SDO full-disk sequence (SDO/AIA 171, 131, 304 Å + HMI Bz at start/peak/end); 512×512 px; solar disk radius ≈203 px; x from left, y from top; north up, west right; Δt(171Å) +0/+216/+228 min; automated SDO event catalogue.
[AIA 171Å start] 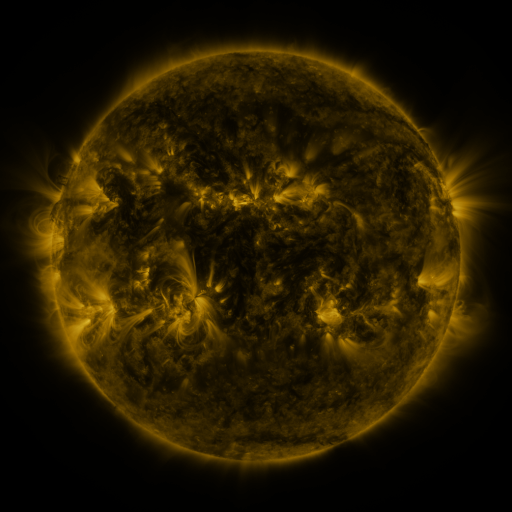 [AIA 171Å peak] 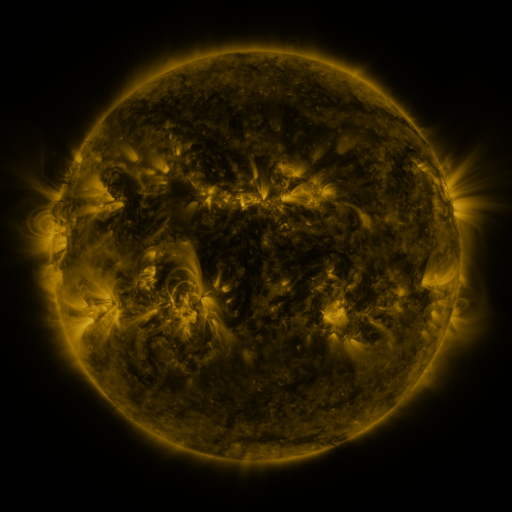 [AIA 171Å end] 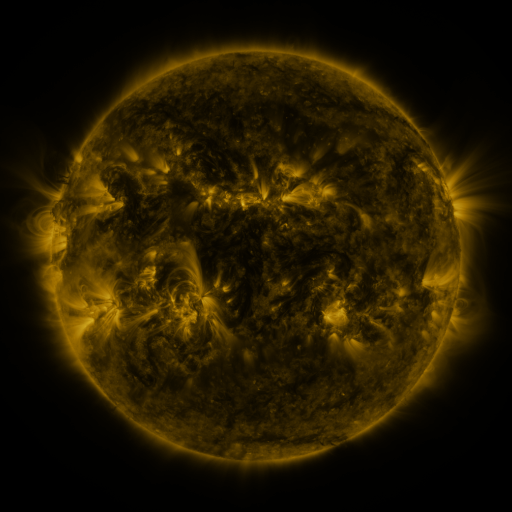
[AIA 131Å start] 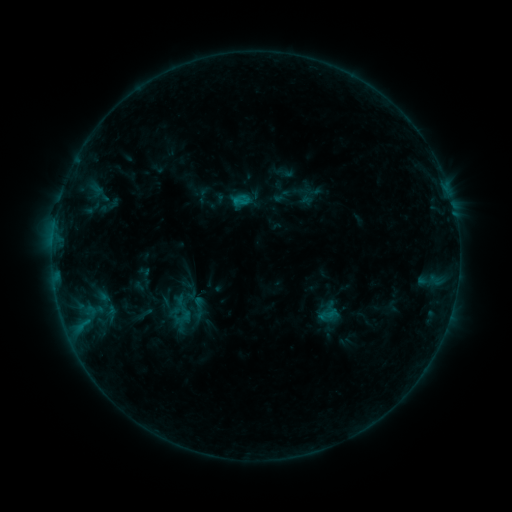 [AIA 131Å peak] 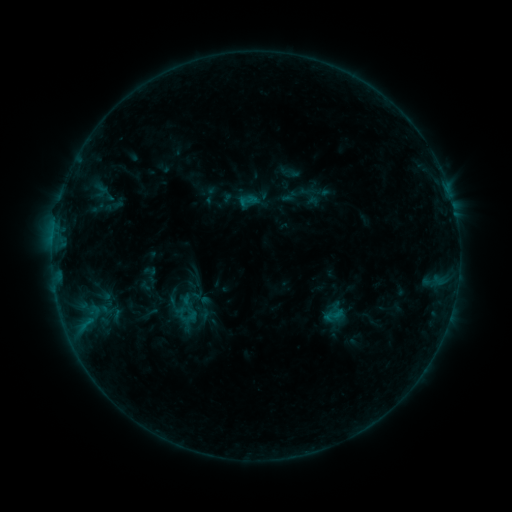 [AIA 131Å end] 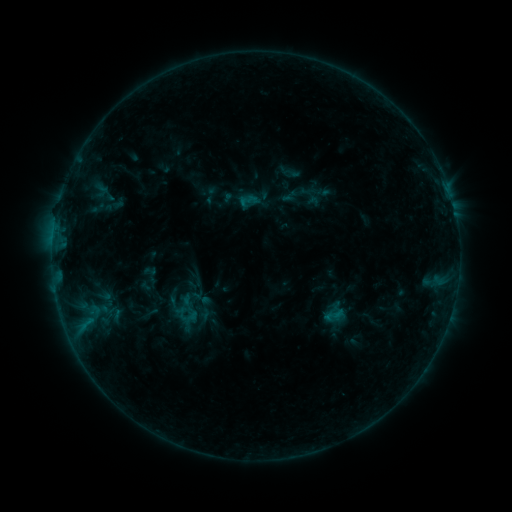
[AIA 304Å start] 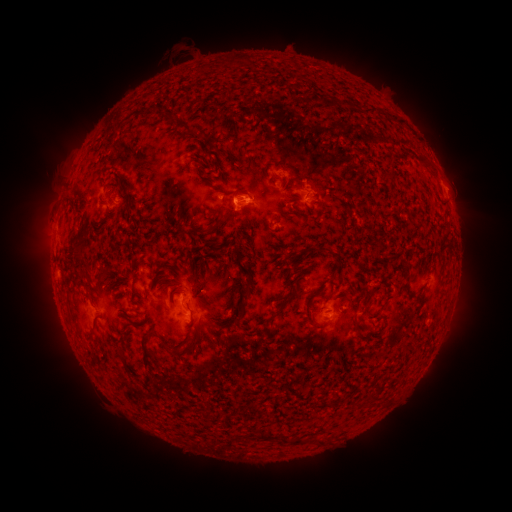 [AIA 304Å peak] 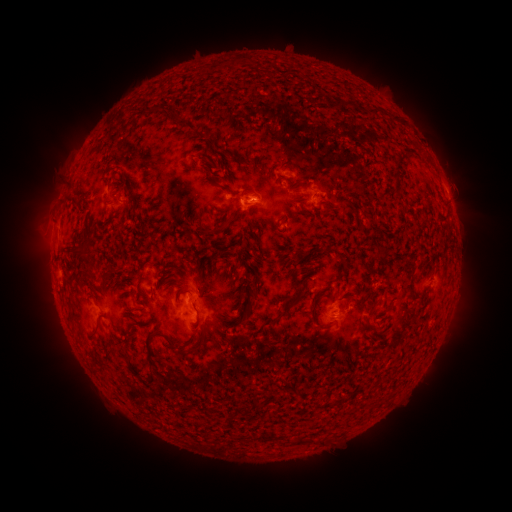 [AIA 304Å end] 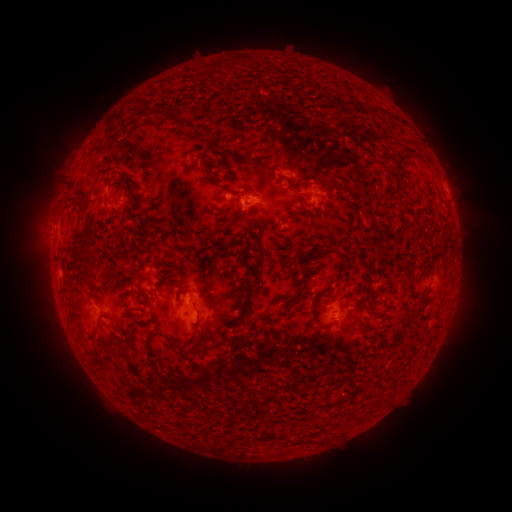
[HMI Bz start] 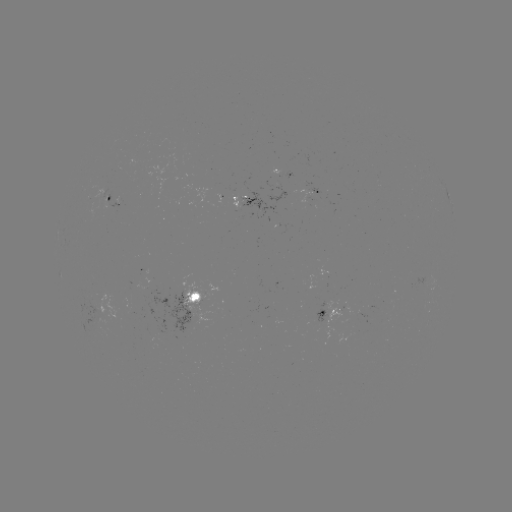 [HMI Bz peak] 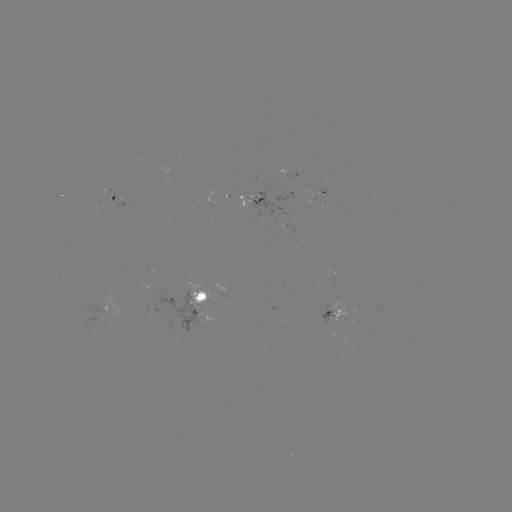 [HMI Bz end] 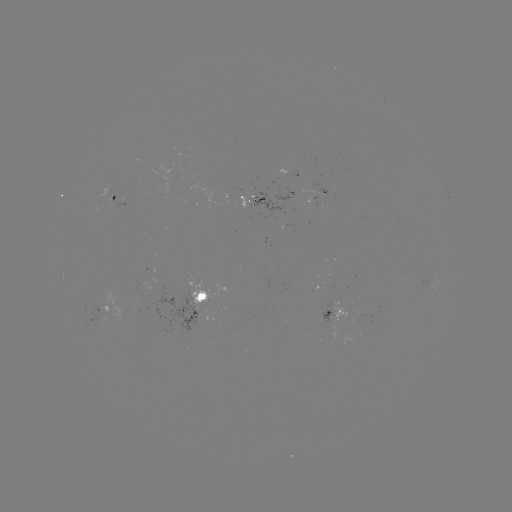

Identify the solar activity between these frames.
emerging-flux region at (103, 319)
